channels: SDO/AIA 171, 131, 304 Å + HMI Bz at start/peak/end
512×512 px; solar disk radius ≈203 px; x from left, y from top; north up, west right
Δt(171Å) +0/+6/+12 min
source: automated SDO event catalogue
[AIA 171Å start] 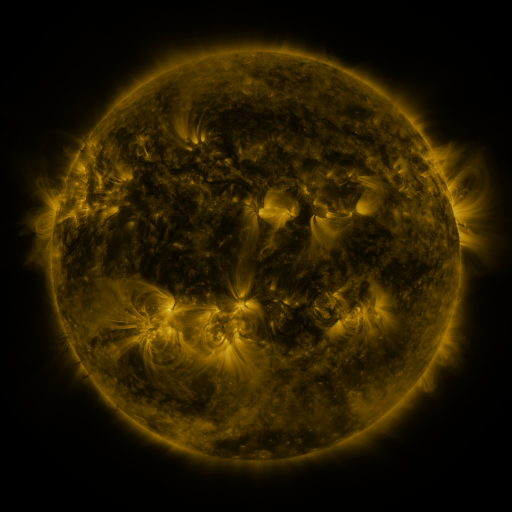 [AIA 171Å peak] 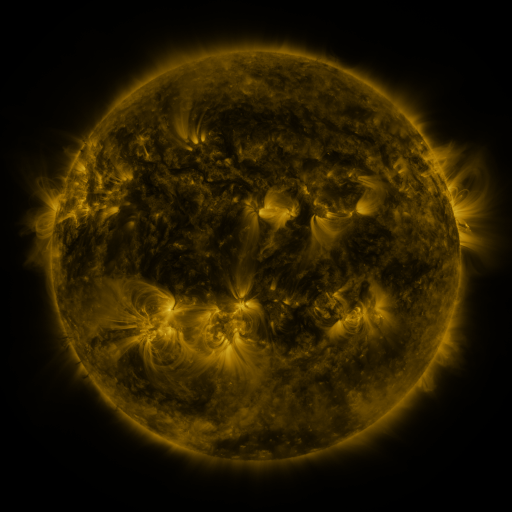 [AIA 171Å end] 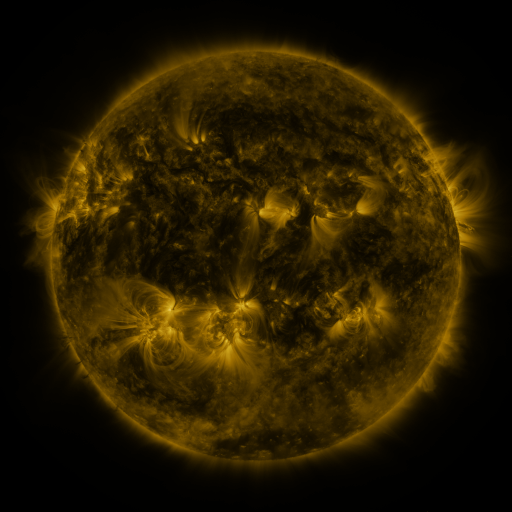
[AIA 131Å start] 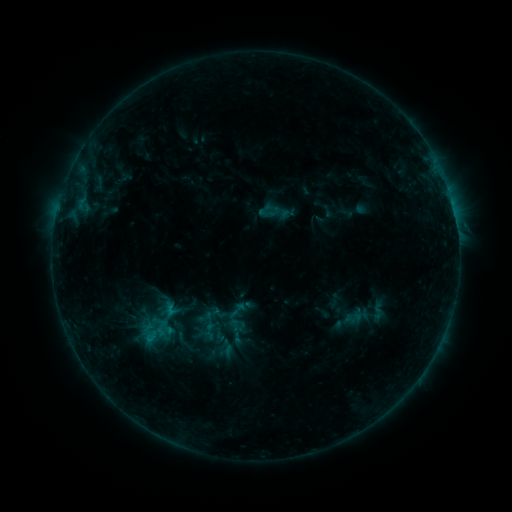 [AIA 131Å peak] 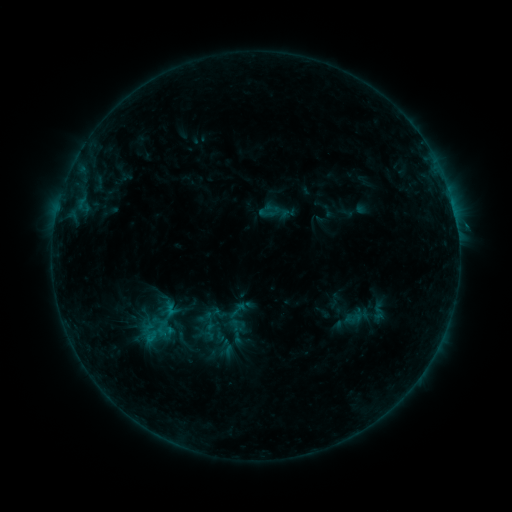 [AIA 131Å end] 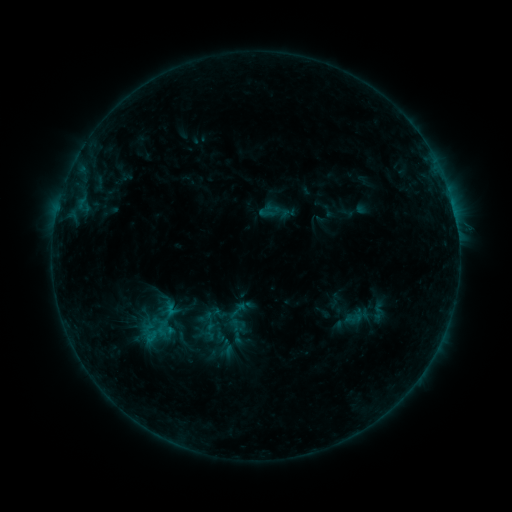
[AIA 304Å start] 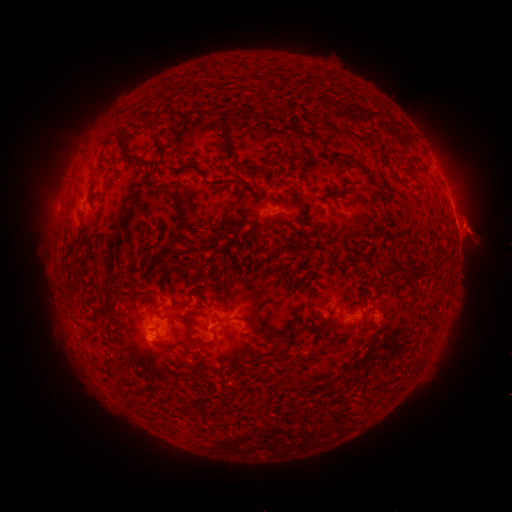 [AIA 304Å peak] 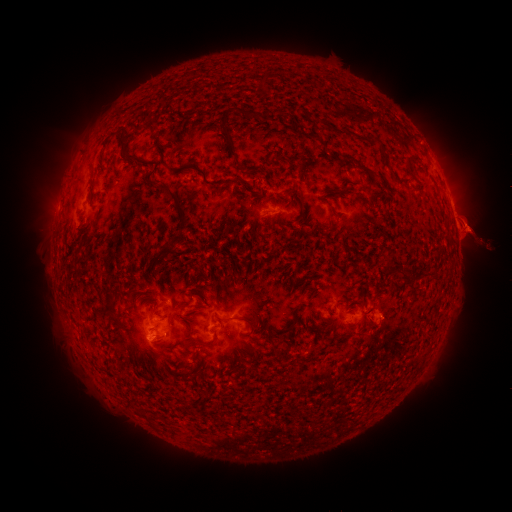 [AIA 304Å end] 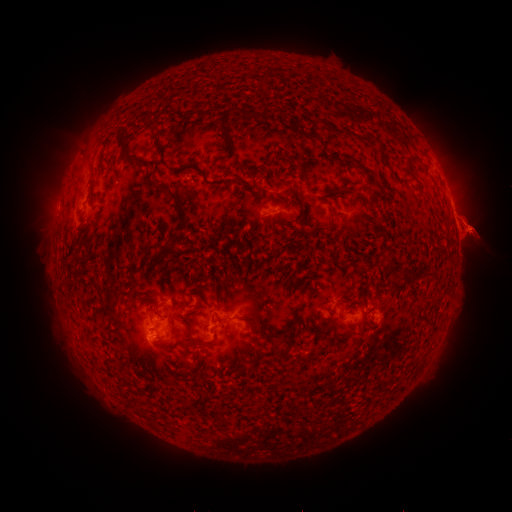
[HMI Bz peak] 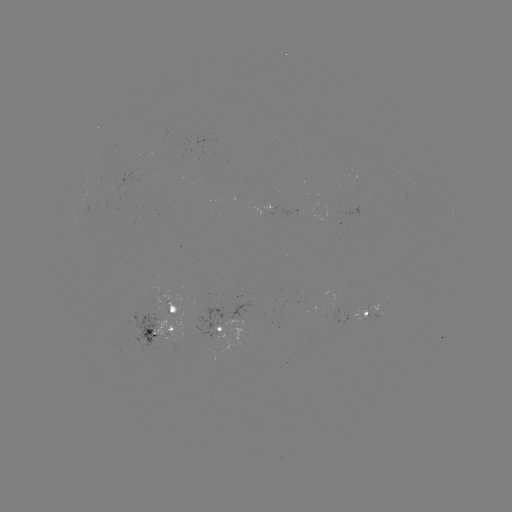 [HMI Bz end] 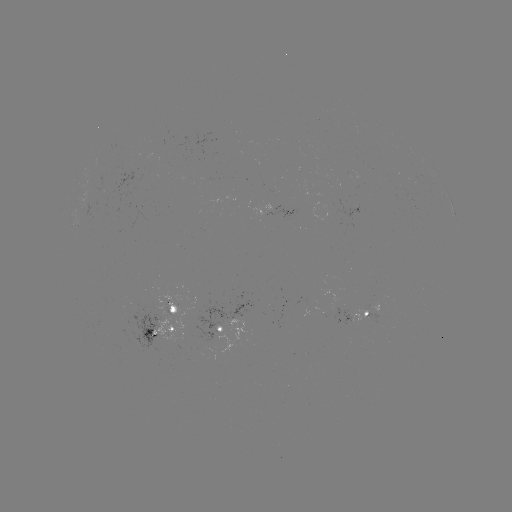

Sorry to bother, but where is eruption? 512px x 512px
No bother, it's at [484, 237].